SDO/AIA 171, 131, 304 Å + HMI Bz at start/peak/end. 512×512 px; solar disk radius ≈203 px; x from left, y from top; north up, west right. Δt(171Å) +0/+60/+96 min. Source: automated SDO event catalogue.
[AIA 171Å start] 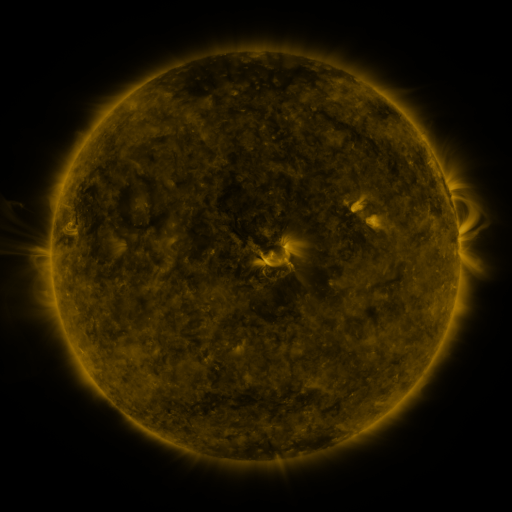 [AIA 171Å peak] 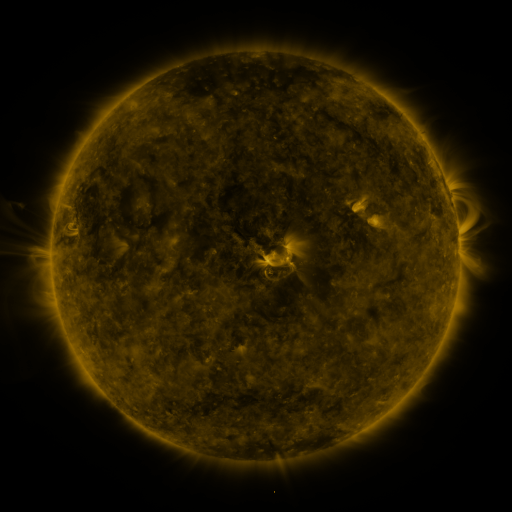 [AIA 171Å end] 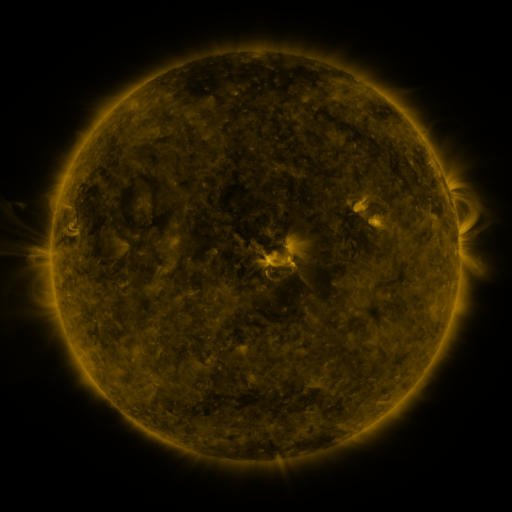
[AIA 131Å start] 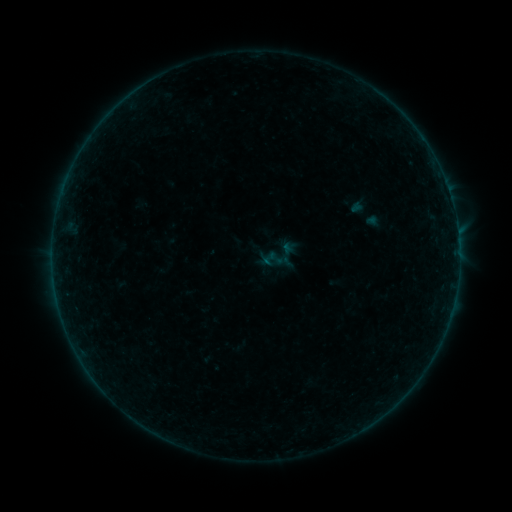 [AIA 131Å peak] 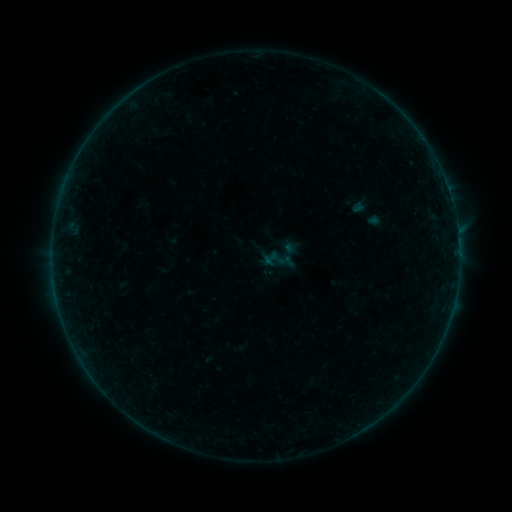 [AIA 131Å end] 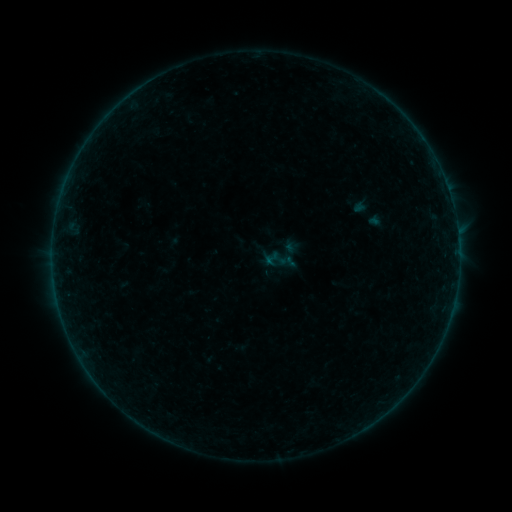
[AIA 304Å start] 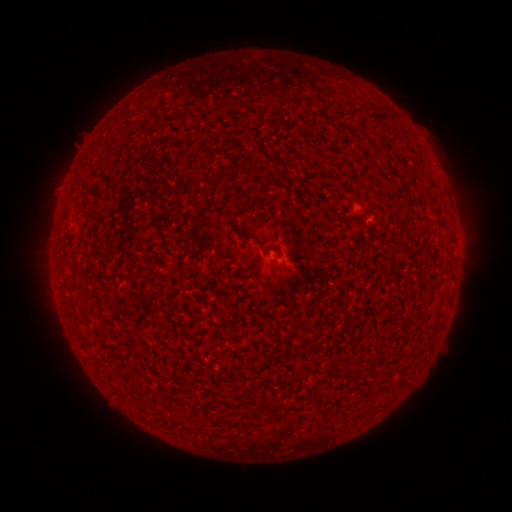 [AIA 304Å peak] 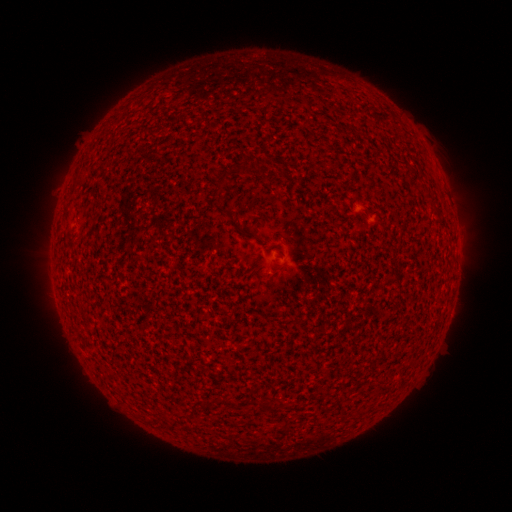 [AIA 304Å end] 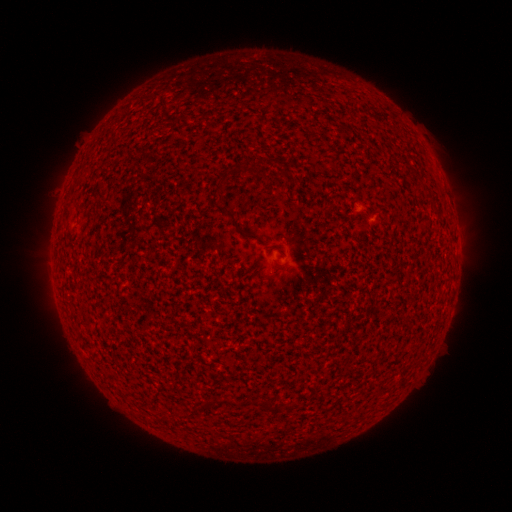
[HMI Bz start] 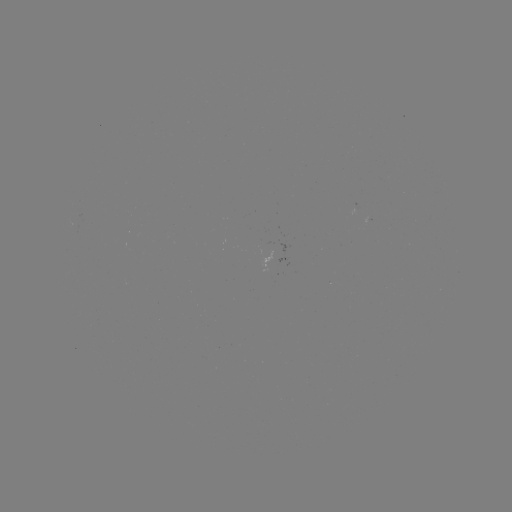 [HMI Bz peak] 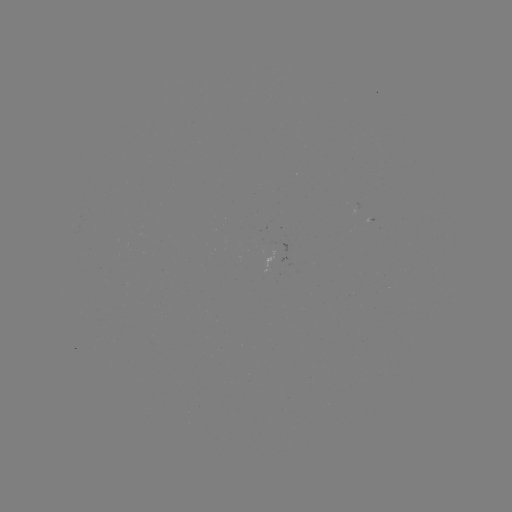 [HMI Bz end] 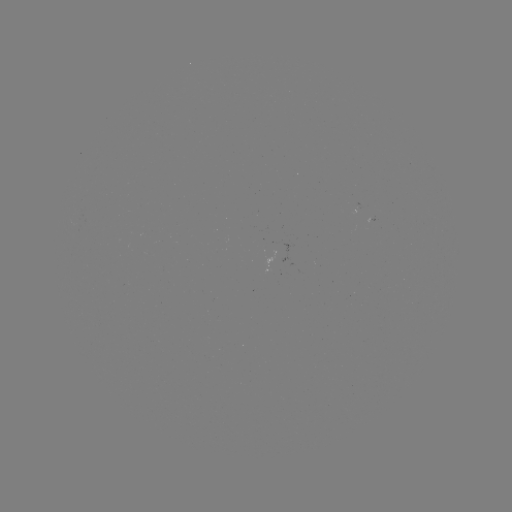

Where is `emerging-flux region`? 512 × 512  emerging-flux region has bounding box [261, 240, 272, 271].